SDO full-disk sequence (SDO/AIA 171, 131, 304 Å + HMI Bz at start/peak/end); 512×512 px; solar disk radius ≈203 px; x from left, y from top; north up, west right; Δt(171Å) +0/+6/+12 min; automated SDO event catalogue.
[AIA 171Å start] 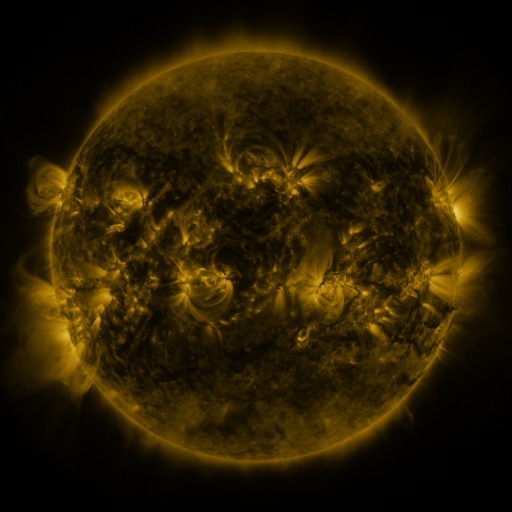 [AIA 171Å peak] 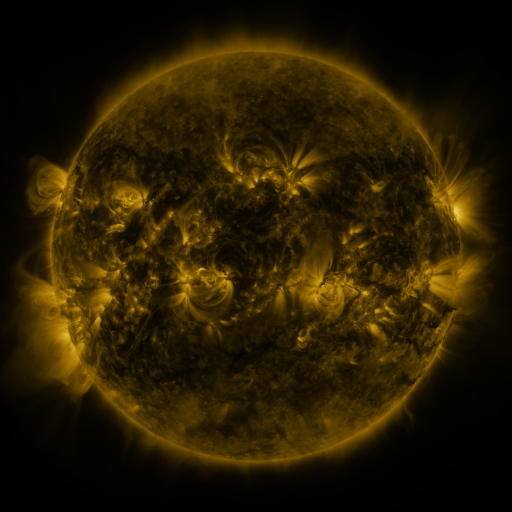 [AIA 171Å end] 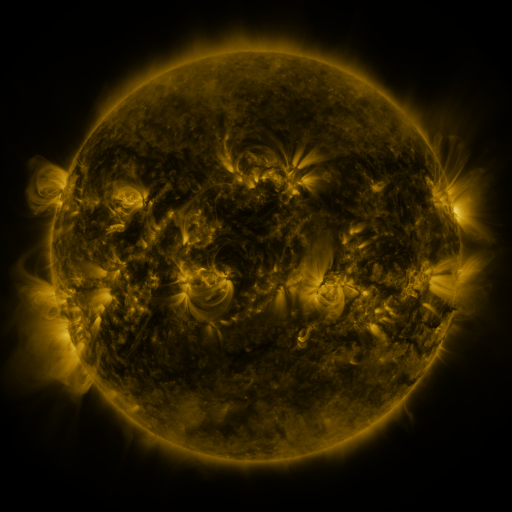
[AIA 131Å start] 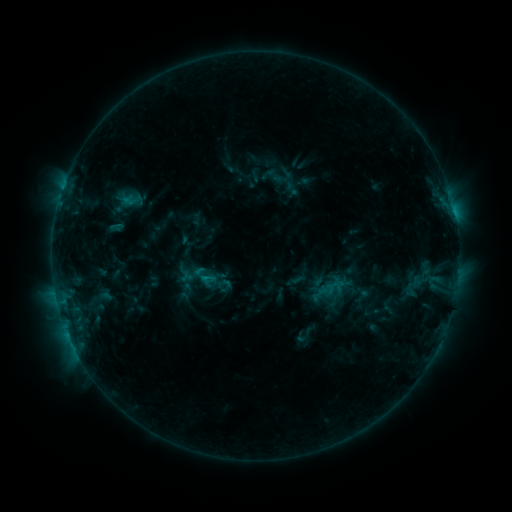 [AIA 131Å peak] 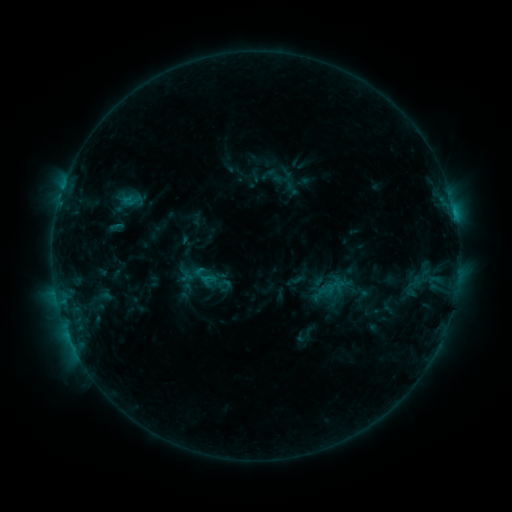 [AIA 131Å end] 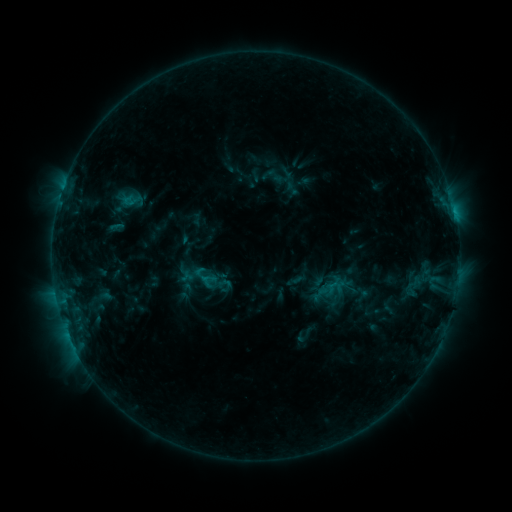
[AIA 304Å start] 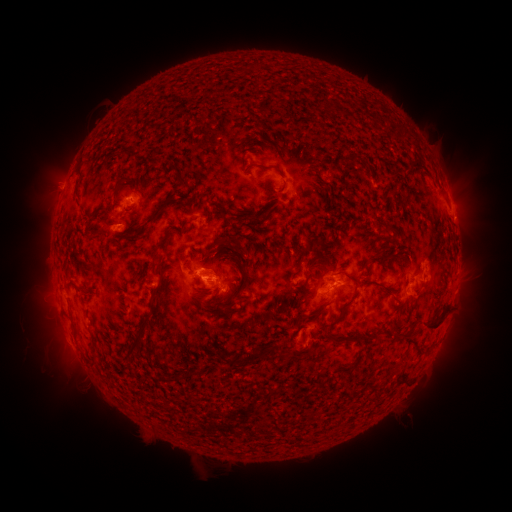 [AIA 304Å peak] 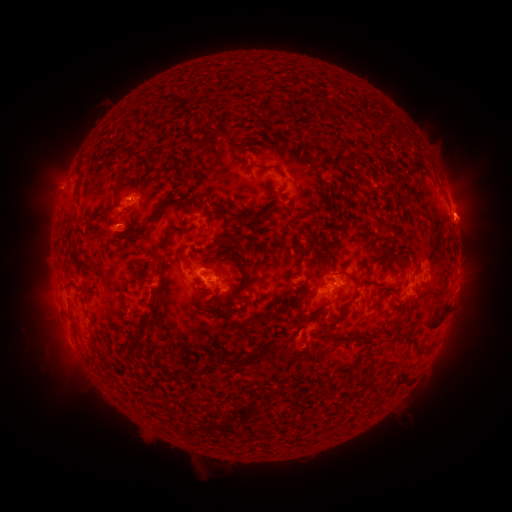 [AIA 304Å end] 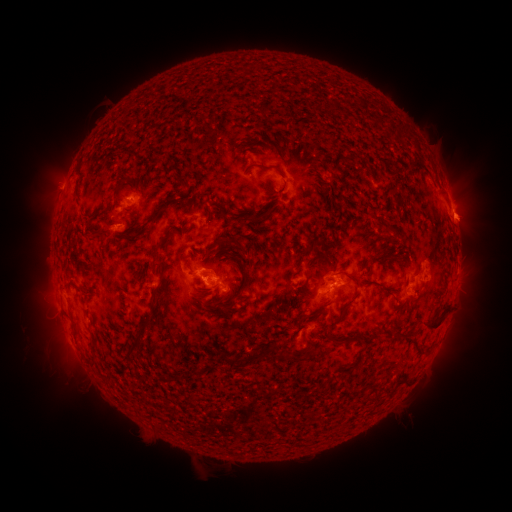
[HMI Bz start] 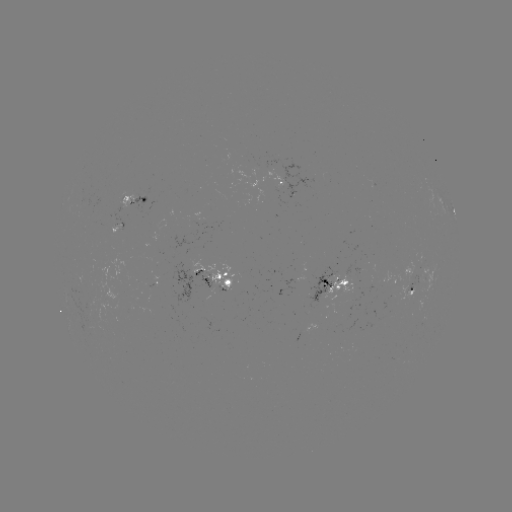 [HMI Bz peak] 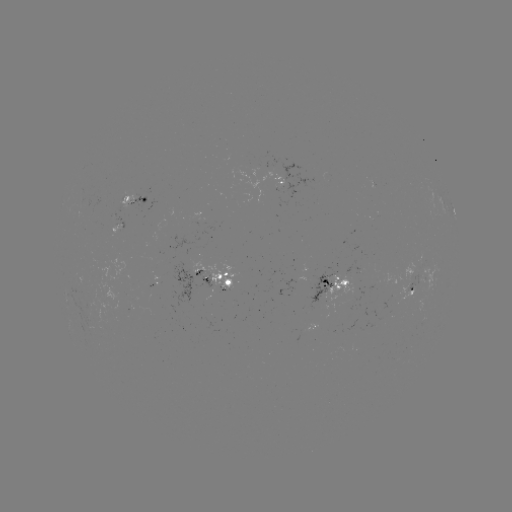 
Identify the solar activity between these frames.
eruption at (470, 218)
